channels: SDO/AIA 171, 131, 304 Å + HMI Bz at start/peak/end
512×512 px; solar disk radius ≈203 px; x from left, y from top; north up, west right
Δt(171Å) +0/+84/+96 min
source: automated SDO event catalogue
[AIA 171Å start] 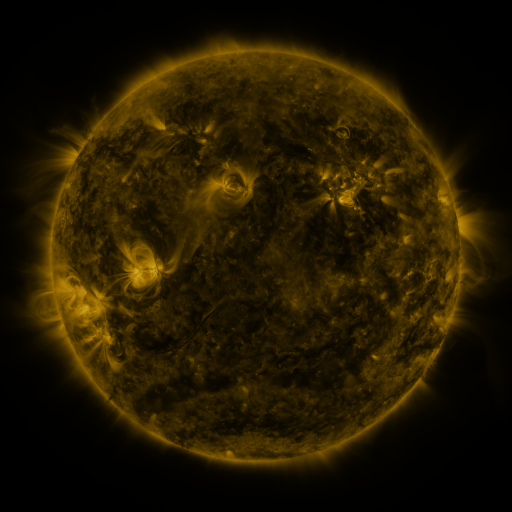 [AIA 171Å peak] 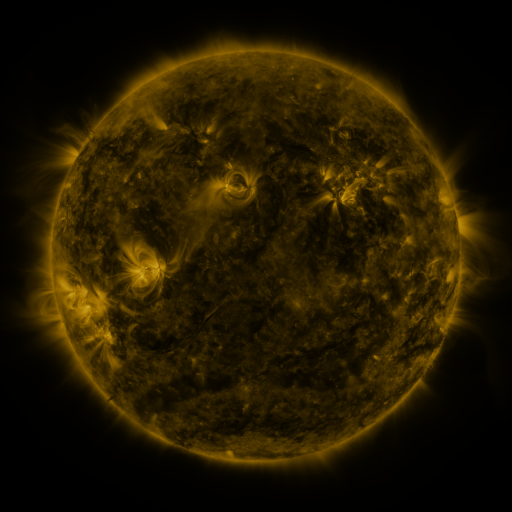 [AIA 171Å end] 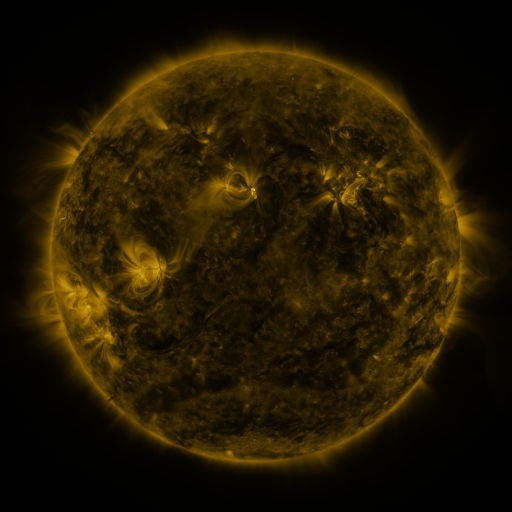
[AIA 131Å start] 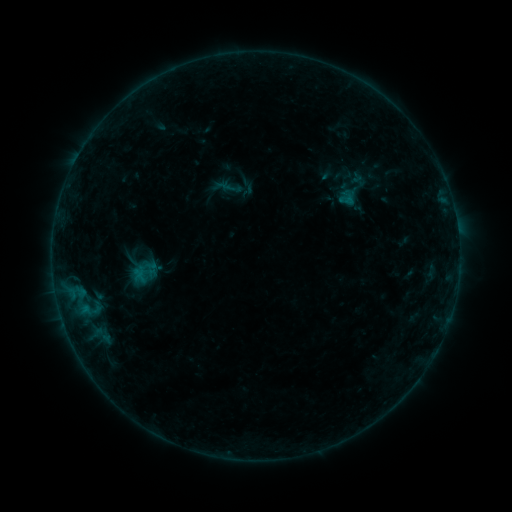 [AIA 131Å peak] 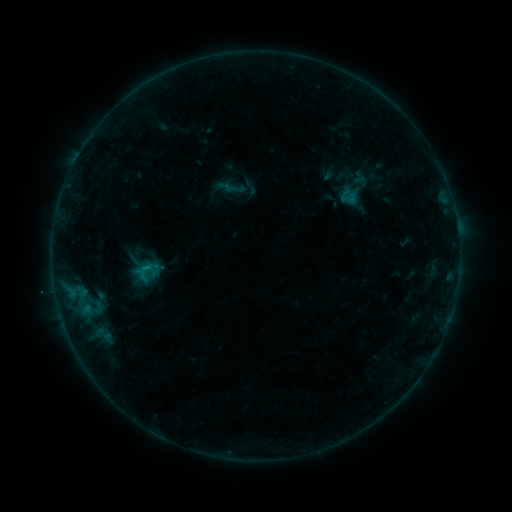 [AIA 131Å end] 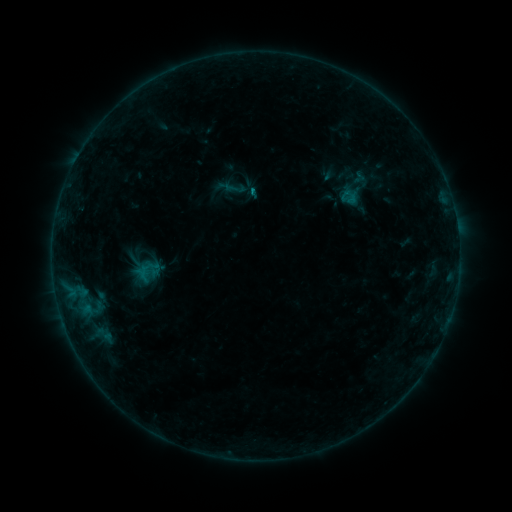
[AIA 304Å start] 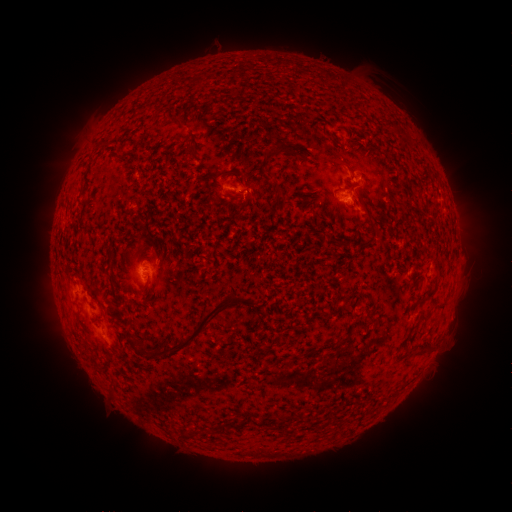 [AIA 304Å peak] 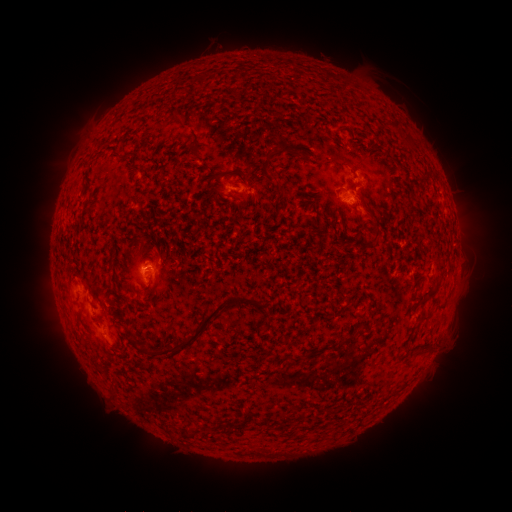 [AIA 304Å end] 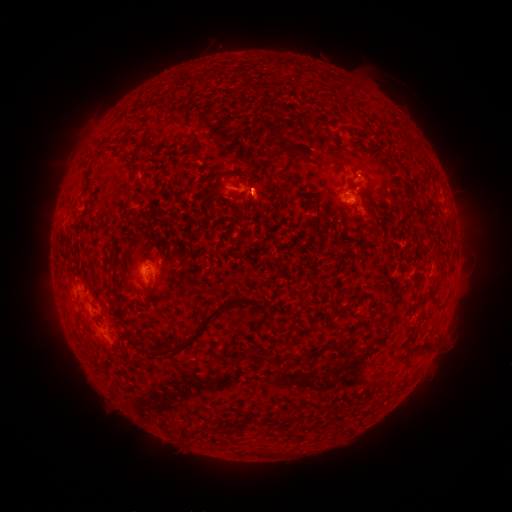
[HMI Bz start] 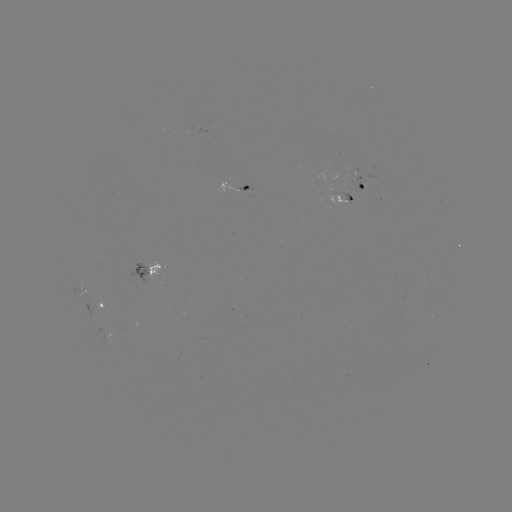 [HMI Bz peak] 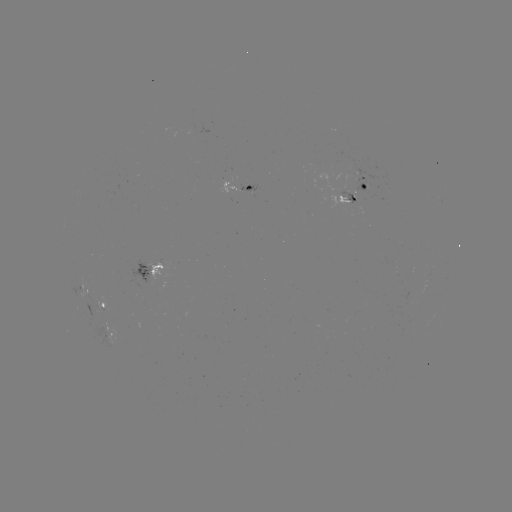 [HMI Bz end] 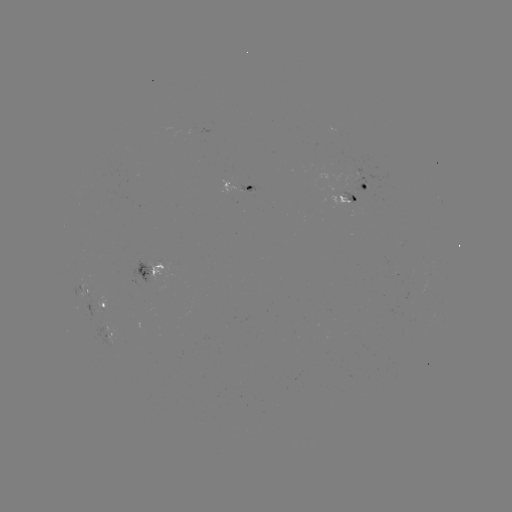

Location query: emerging-flux region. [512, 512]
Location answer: (352, 198).